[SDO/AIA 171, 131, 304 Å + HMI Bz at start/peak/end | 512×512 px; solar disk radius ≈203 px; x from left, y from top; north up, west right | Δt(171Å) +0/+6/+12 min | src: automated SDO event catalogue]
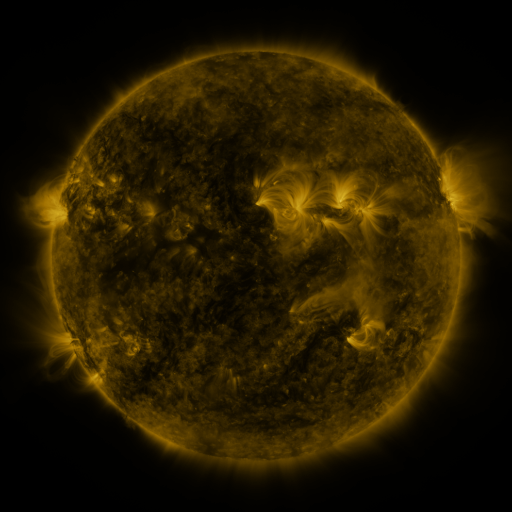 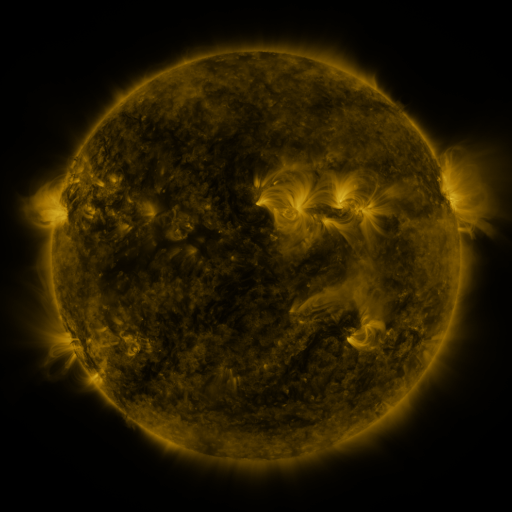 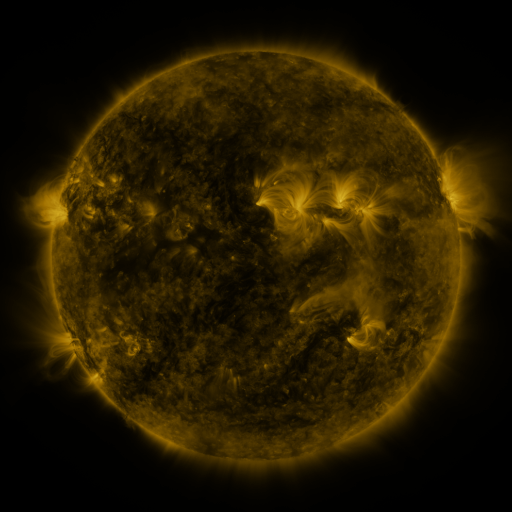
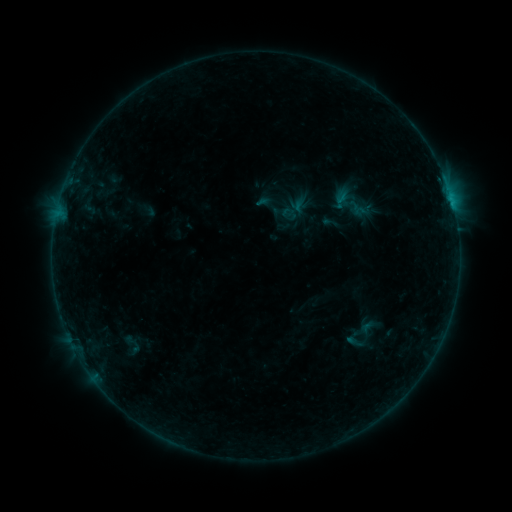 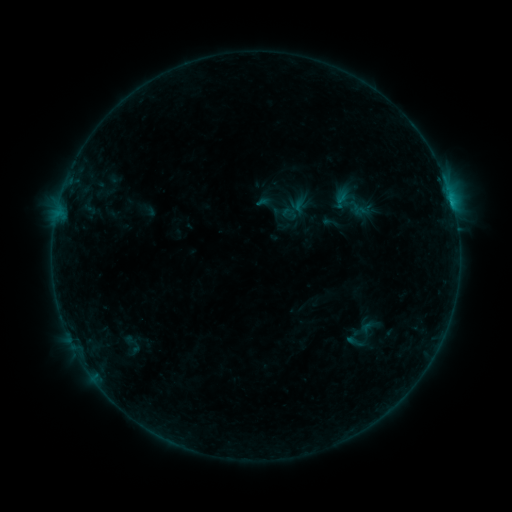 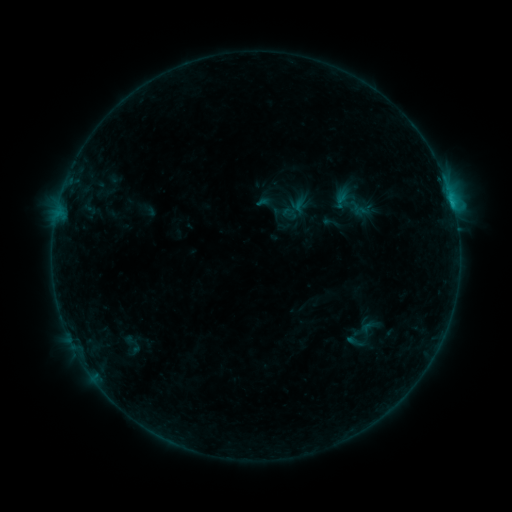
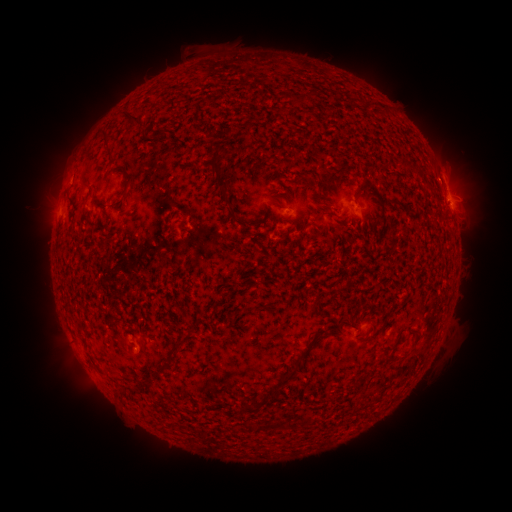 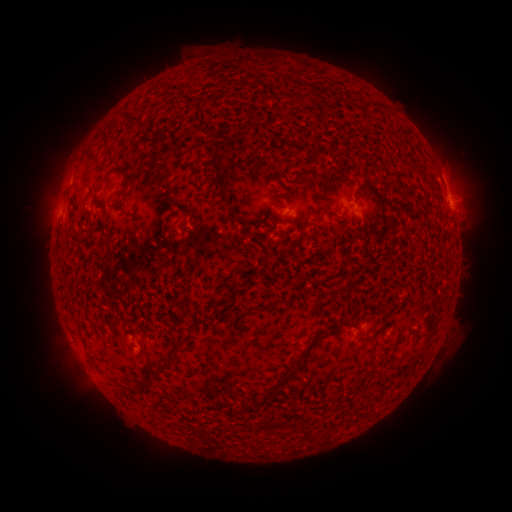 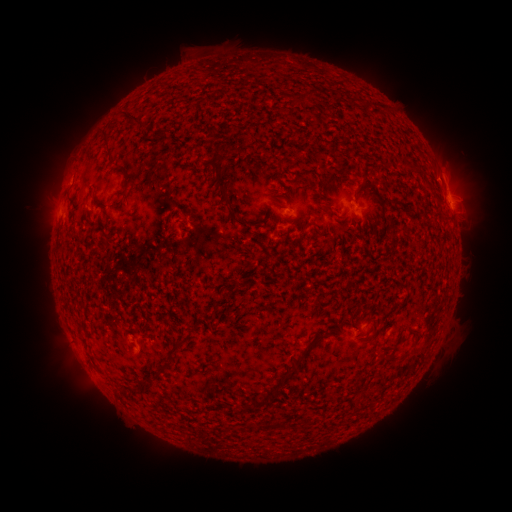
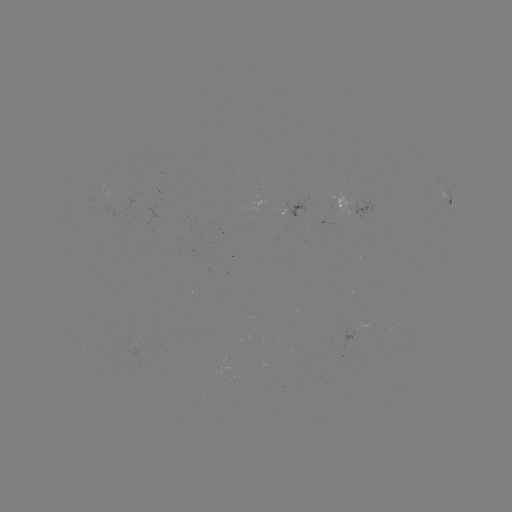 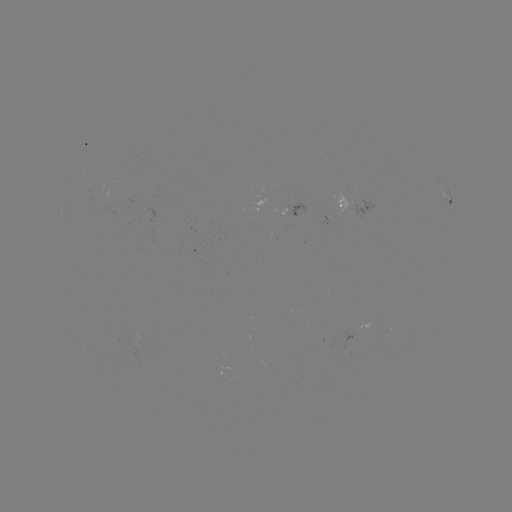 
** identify B4.7 flare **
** (449, 203) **